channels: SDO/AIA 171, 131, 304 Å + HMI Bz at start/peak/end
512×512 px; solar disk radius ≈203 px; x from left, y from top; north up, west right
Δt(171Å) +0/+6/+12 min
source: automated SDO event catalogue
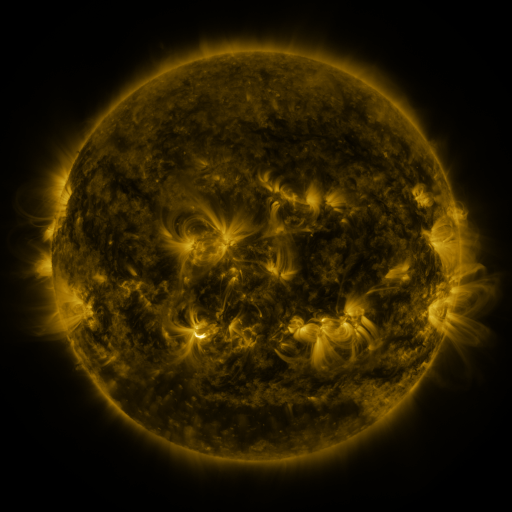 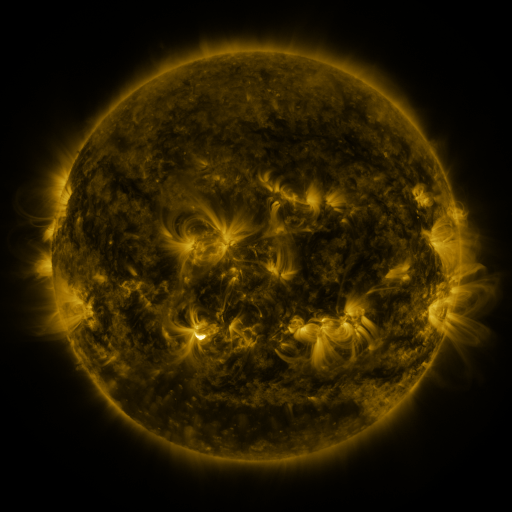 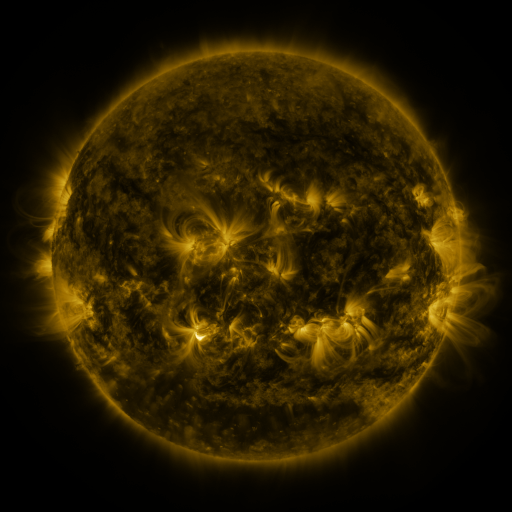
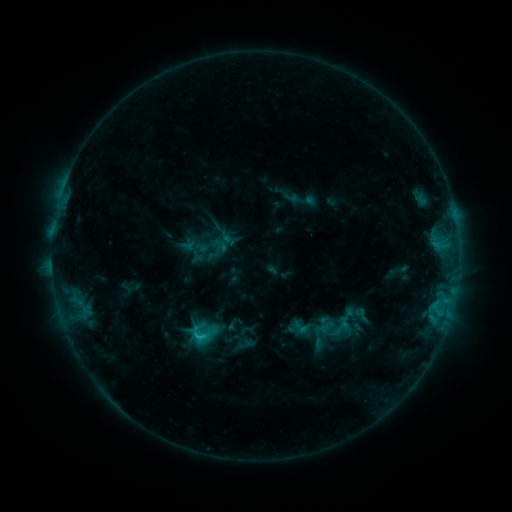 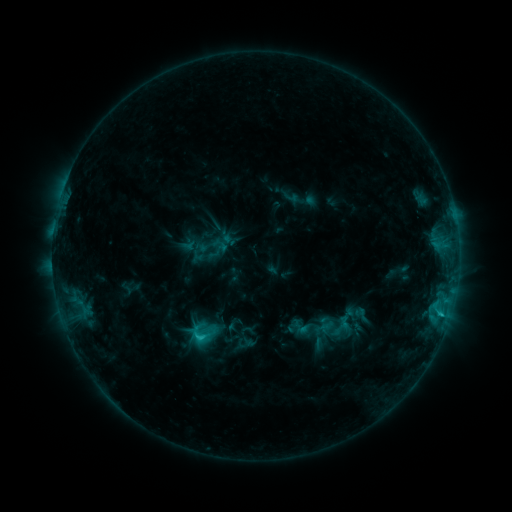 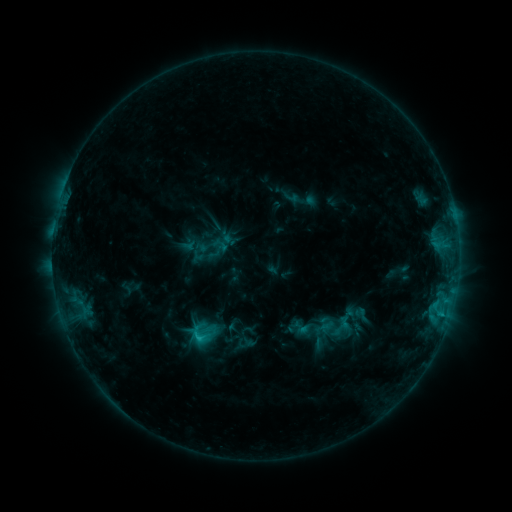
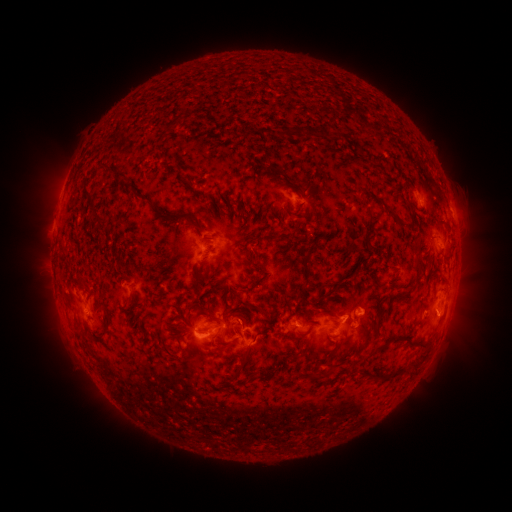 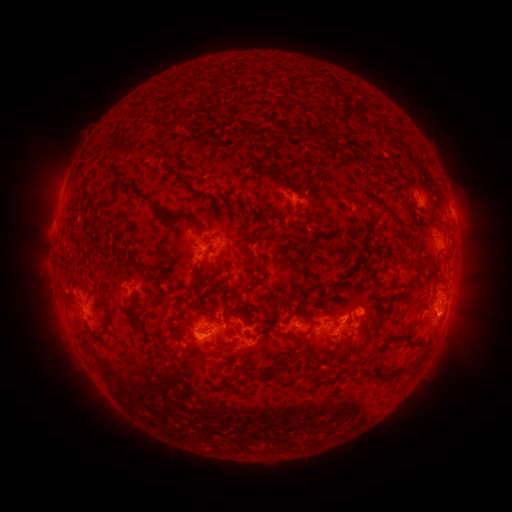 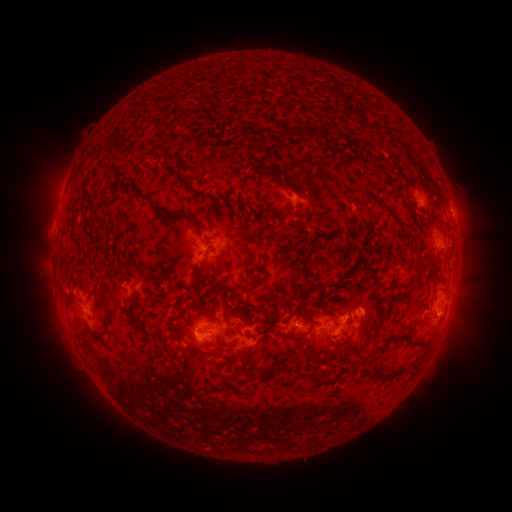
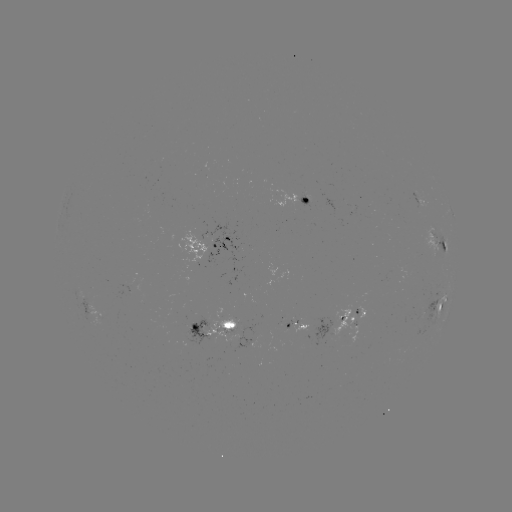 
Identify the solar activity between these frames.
C1.2 flare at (439, 313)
